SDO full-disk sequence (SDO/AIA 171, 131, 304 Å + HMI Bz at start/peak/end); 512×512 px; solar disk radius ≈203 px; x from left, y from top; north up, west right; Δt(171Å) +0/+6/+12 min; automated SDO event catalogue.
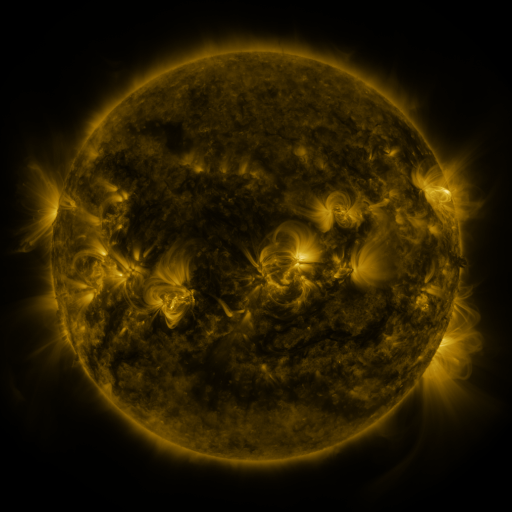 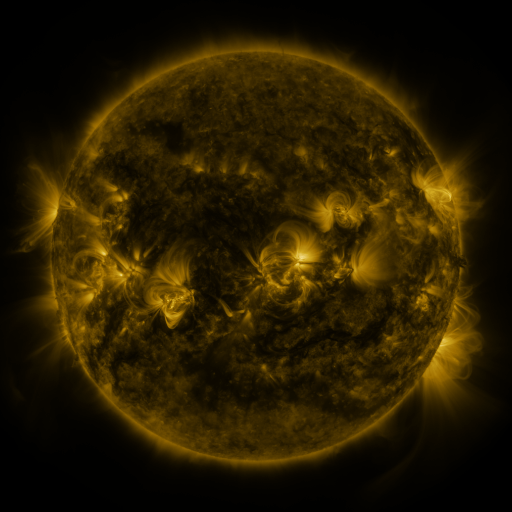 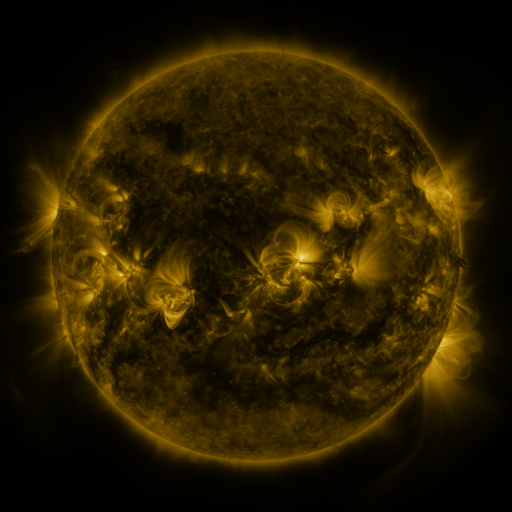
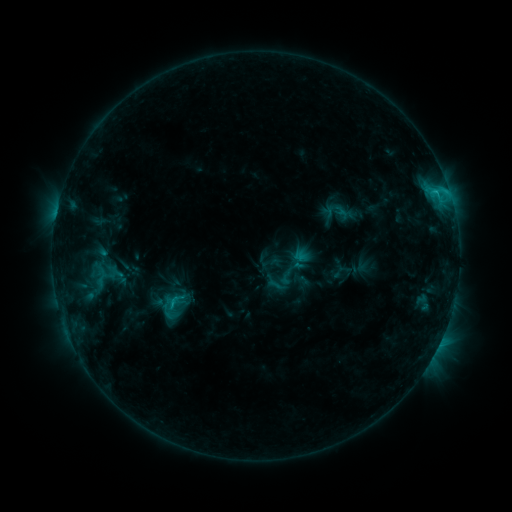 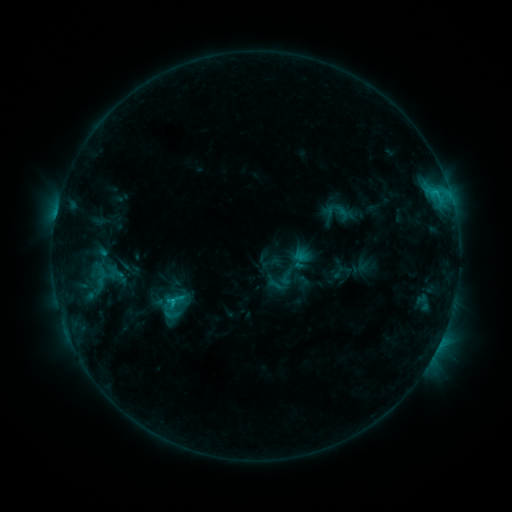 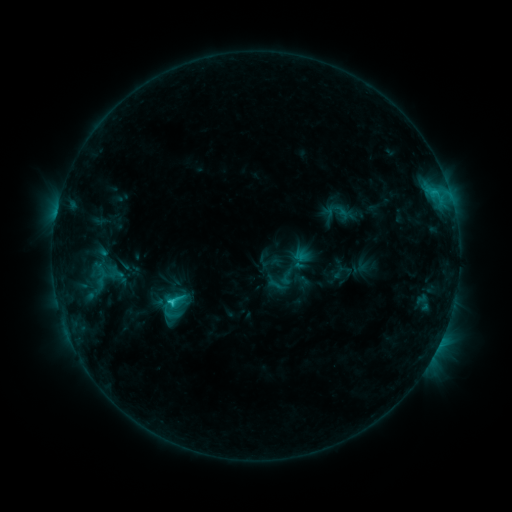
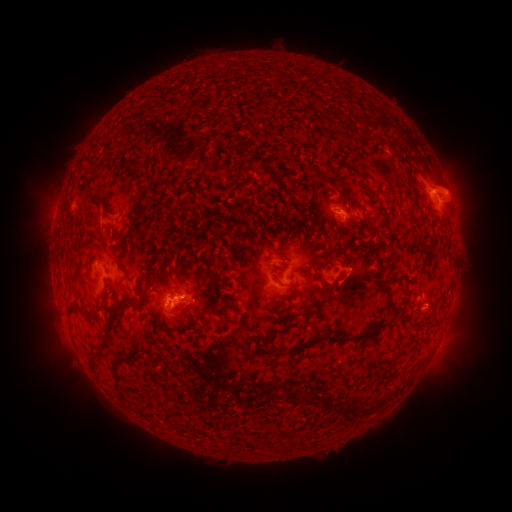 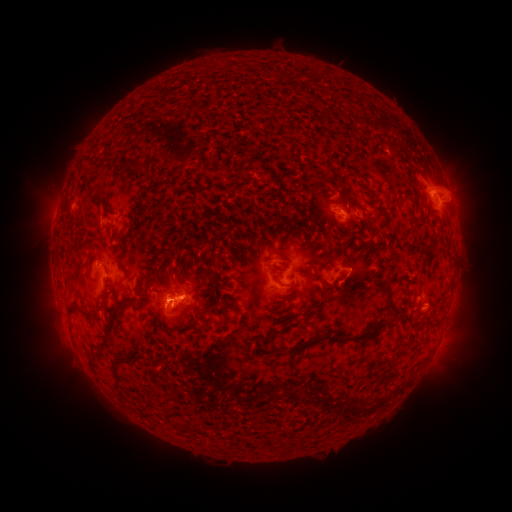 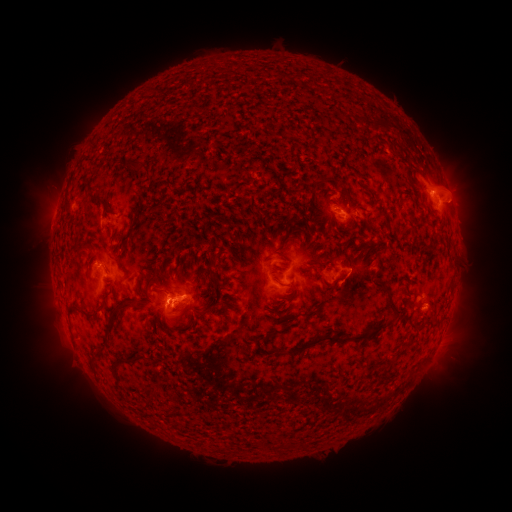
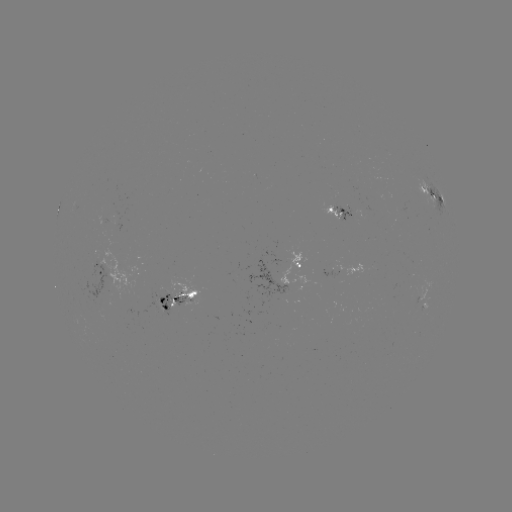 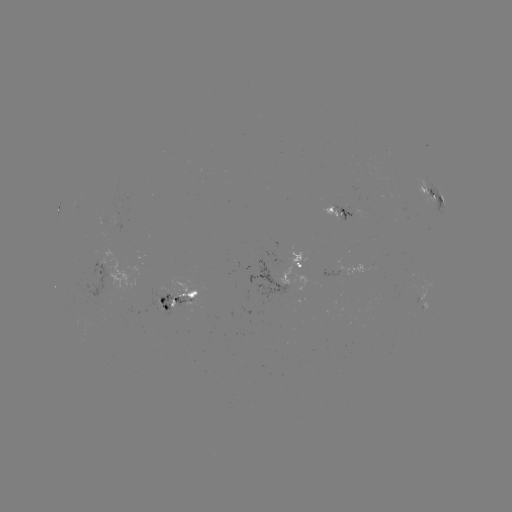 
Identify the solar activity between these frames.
C2.2 flare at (171, 300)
